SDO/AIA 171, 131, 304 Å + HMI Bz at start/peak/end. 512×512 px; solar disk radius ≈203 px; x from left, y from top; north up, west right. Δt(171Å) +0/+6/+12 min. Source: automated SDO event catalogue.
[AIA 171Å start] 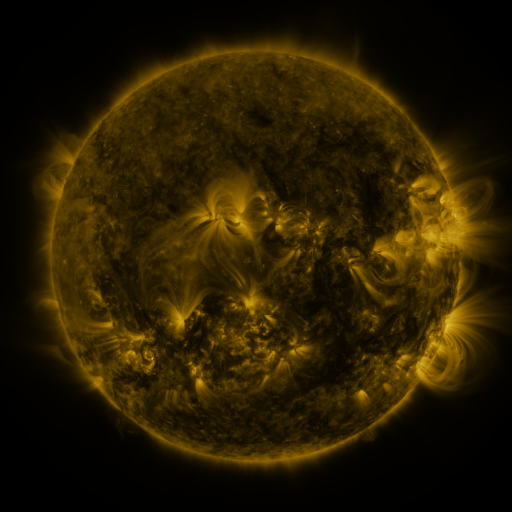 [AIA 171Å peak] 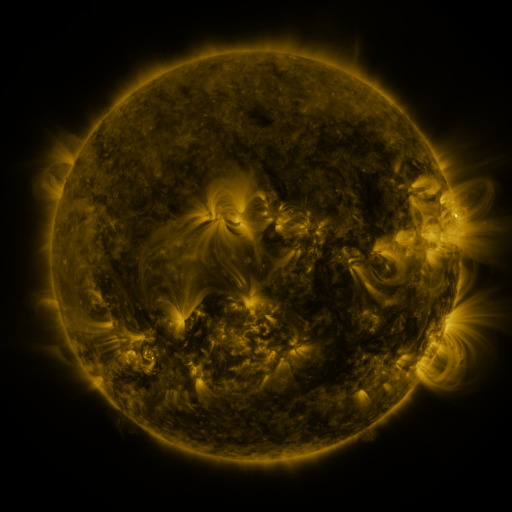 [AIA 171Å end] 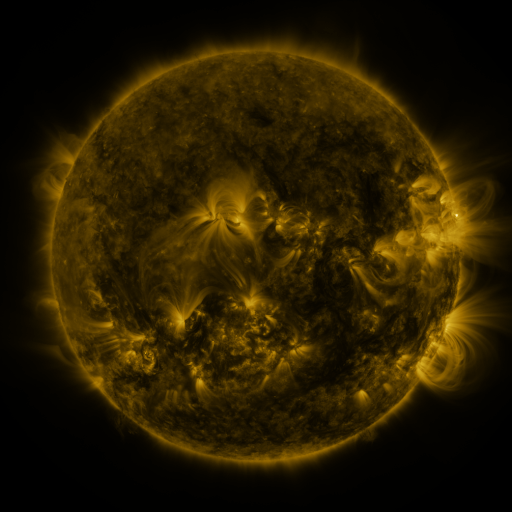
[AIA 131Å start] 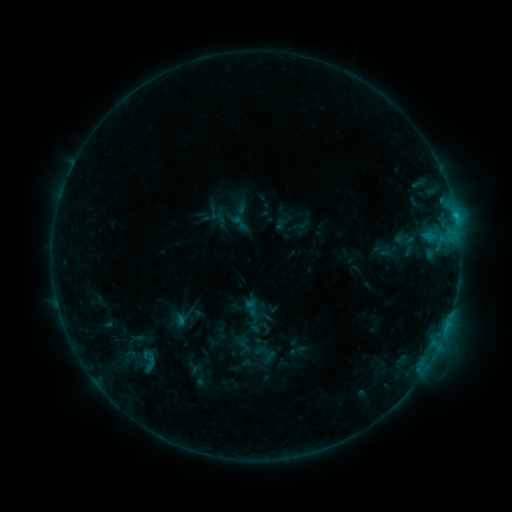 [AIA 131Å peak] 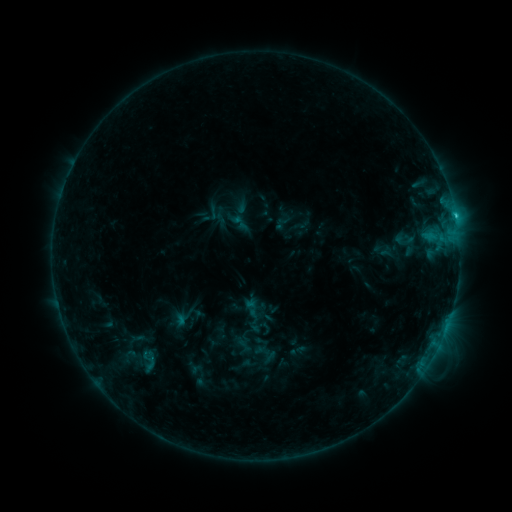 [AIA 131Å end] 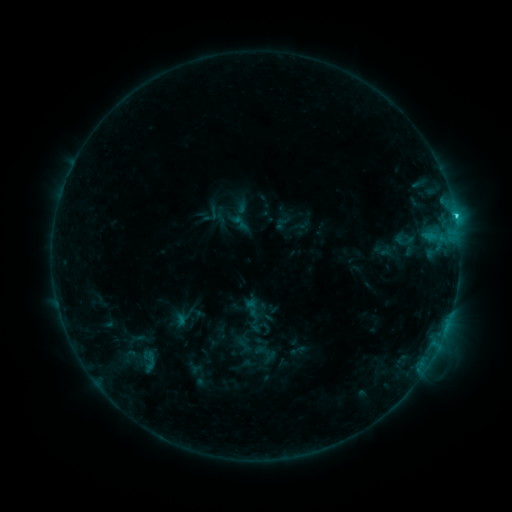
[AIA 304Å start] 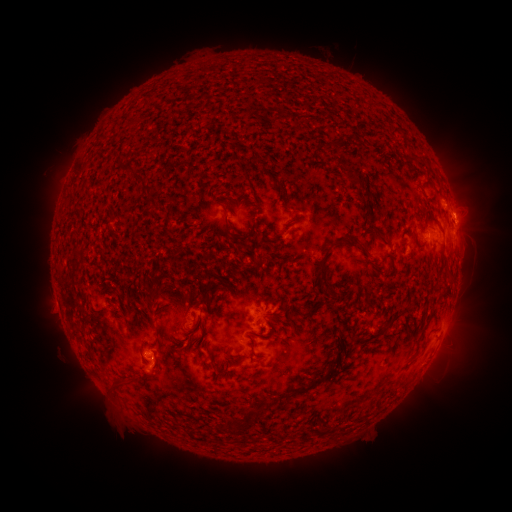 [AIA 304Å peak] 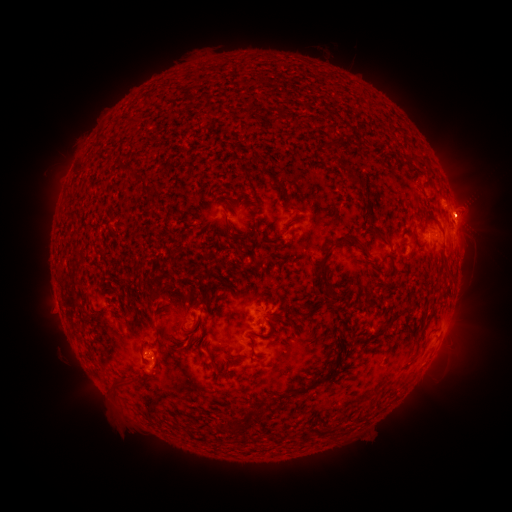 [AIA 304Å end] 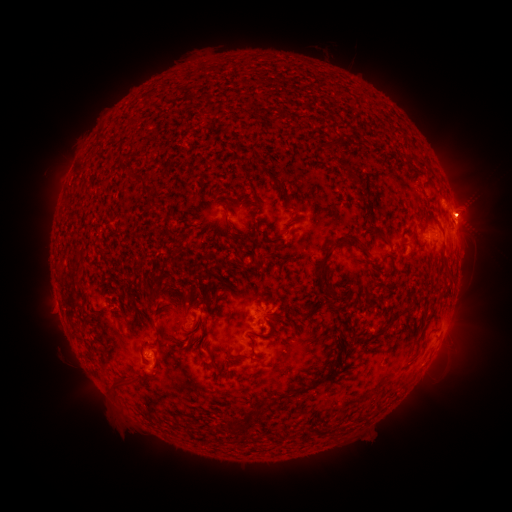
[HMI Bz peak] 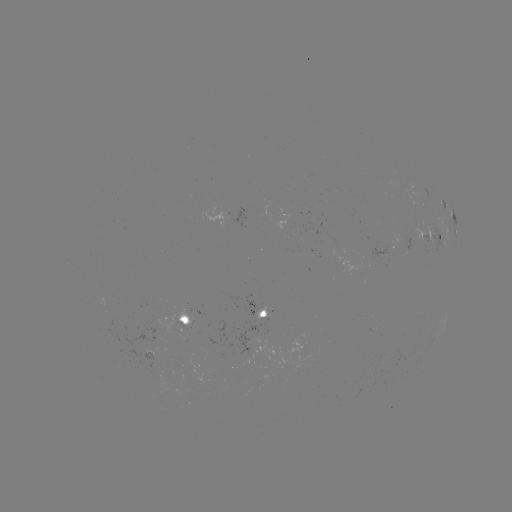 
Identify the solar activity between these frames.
C2.3 flare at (455, 218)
